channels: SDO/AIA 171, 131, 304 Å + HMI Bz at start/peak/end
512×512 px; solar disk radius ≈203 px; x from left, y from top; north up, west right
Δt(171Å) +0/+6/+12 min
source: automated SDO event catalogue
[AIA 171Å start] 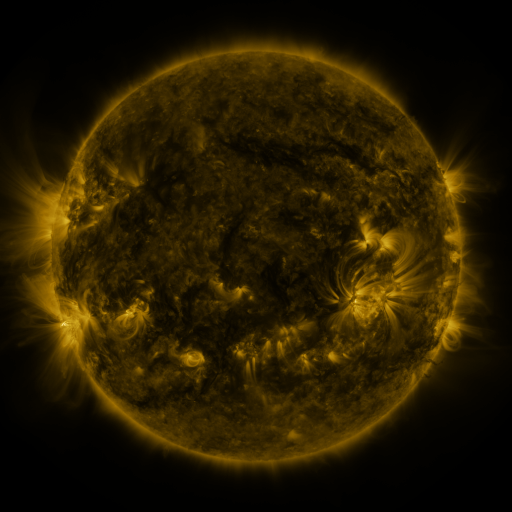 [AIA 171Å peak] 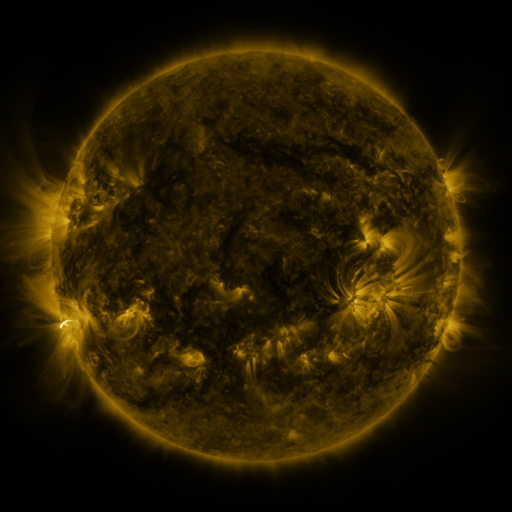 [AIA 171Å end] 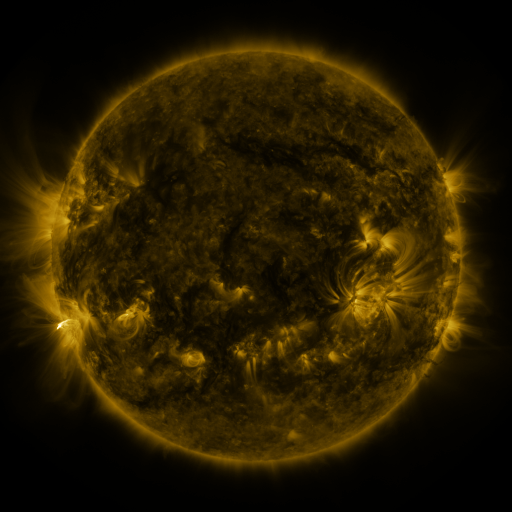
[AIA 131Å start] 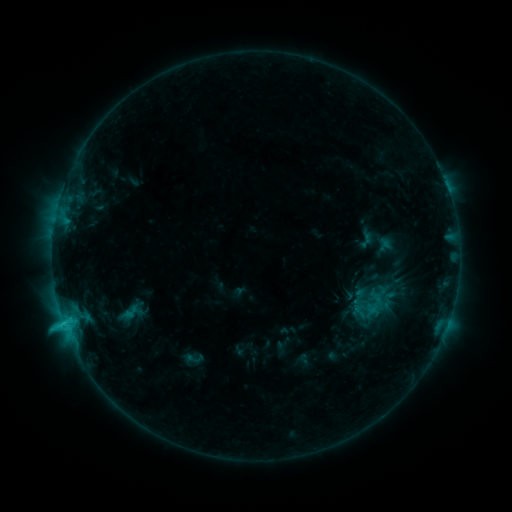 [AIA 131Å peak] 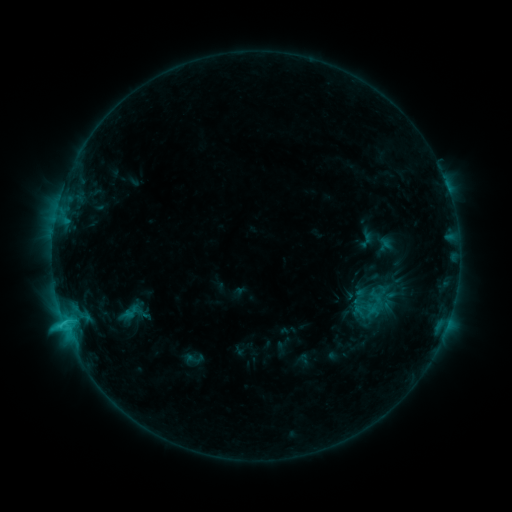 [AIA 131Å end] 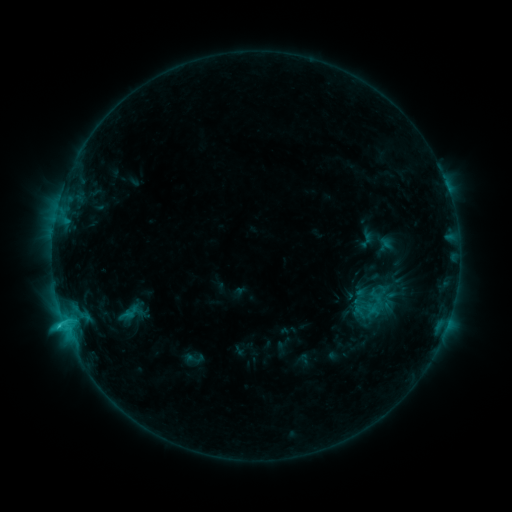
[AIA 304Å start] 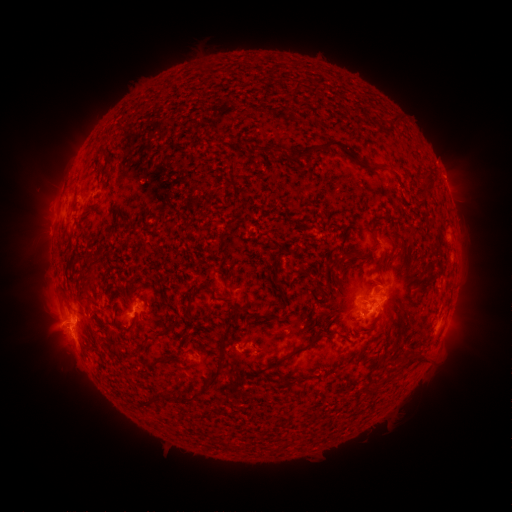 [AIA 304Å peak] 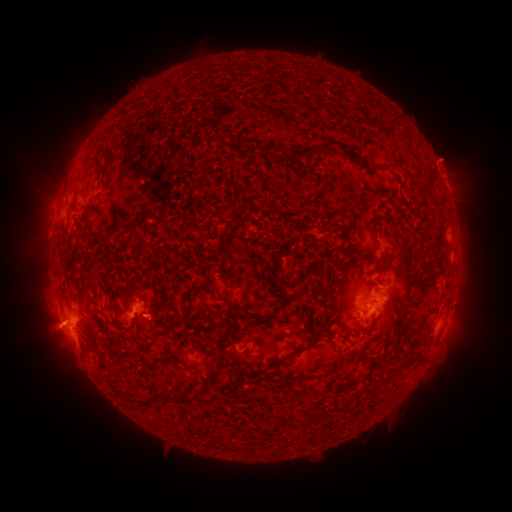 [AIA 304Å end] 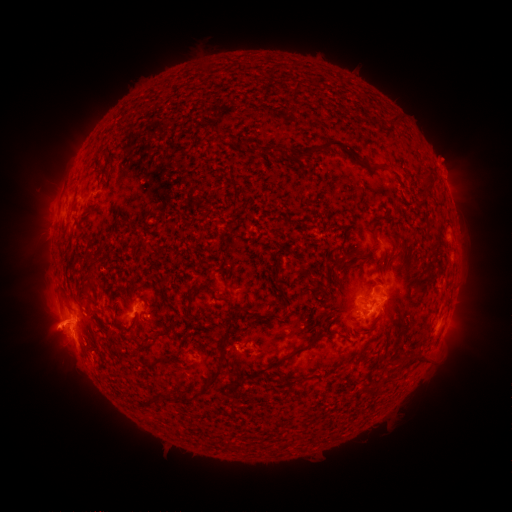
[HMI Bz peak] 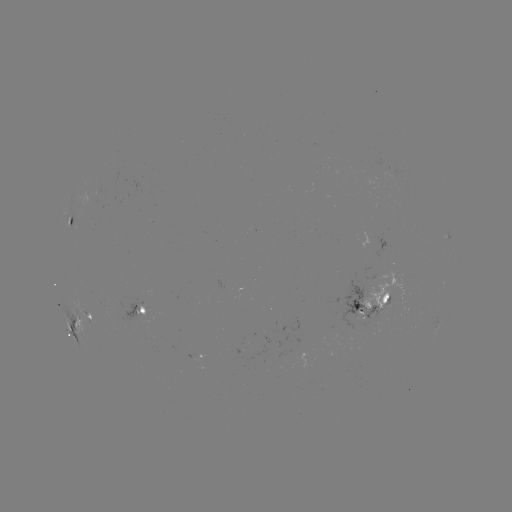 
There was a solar eruption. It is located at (447, 159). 